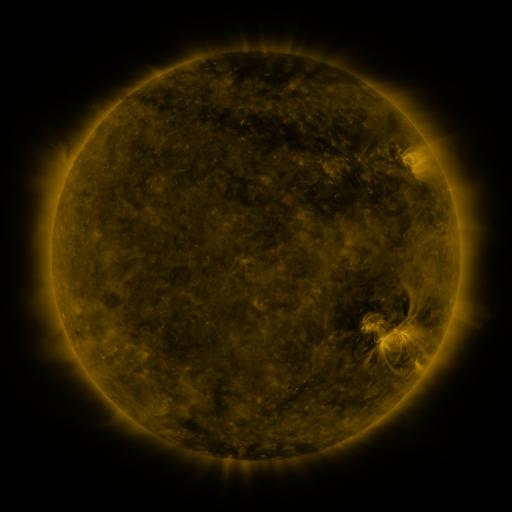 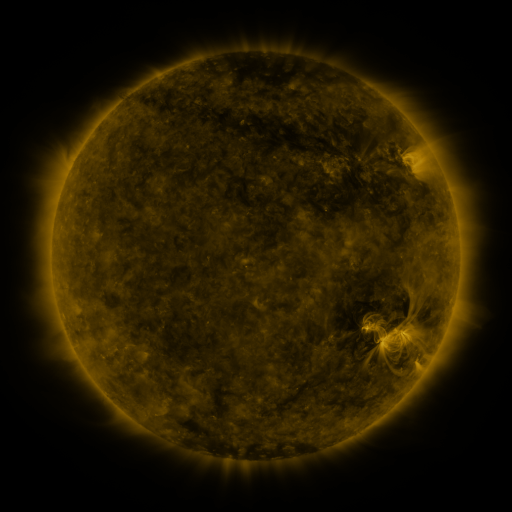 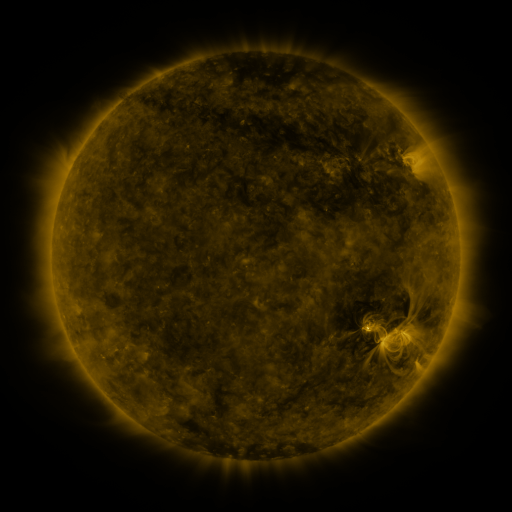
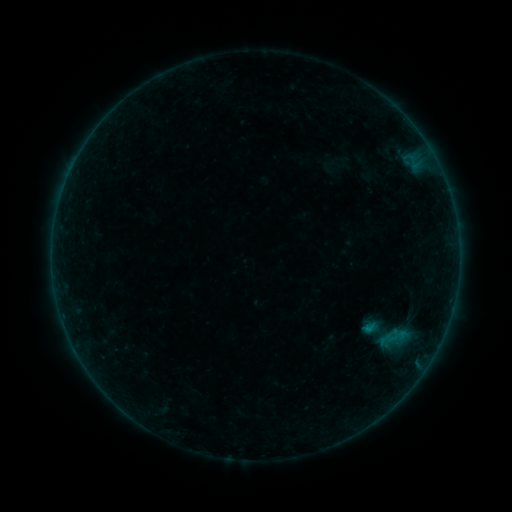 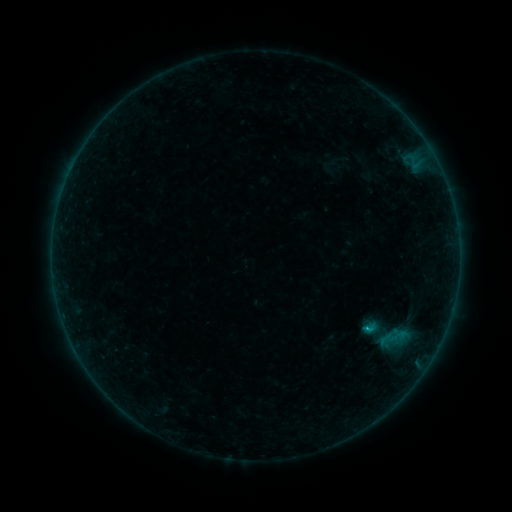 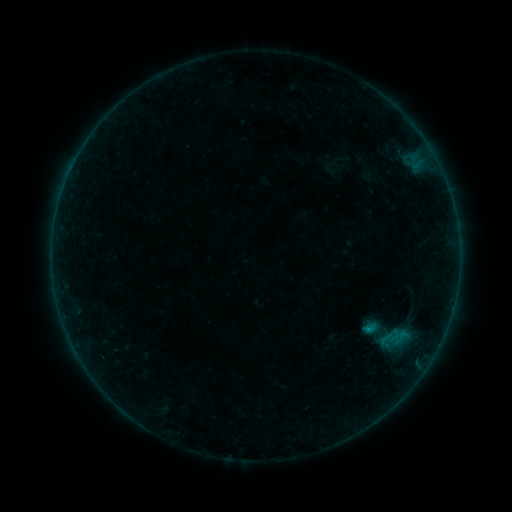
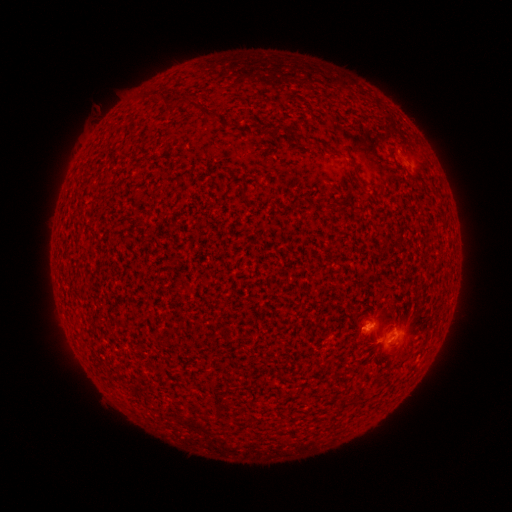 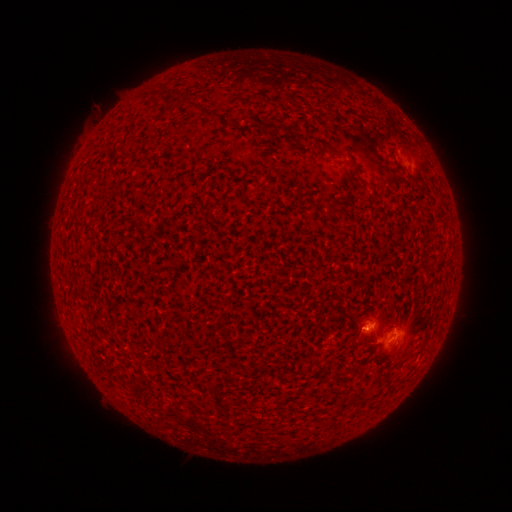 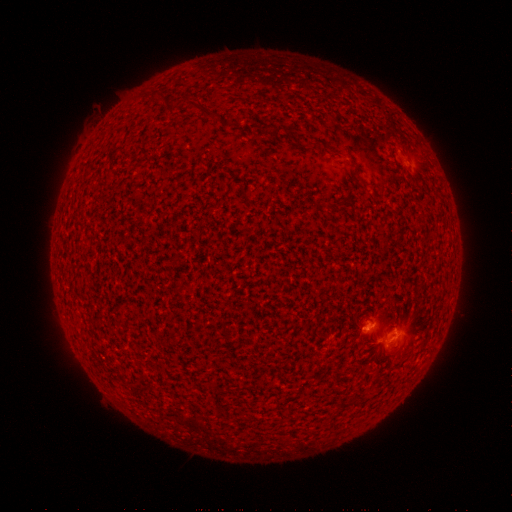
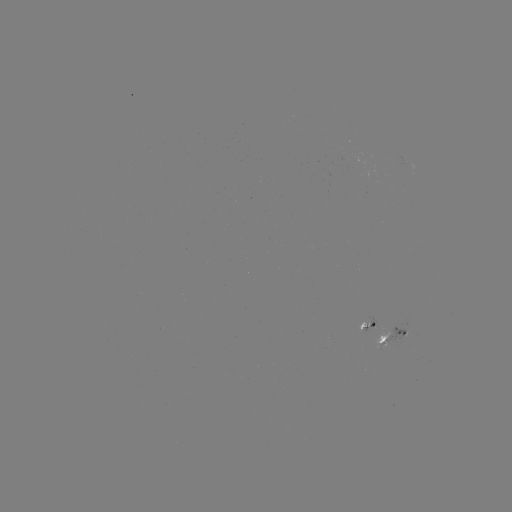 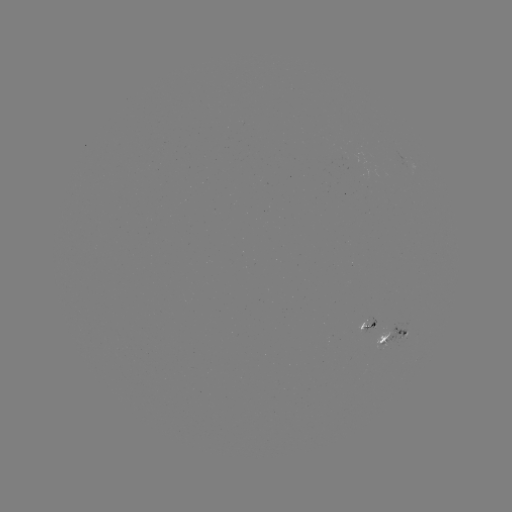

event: flare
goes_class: B6.4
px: (365, 328)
